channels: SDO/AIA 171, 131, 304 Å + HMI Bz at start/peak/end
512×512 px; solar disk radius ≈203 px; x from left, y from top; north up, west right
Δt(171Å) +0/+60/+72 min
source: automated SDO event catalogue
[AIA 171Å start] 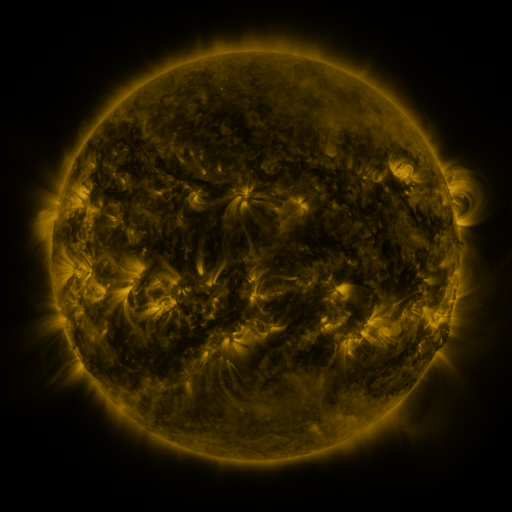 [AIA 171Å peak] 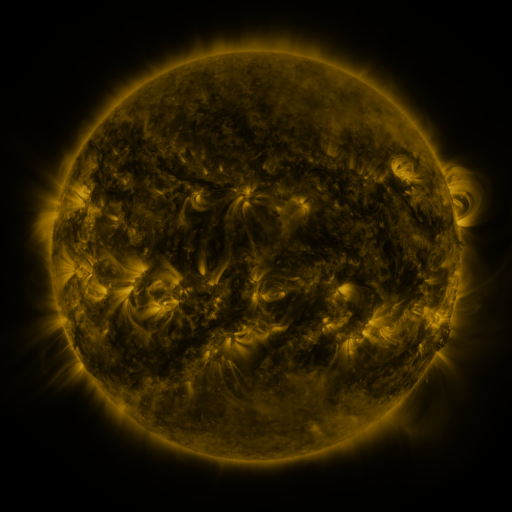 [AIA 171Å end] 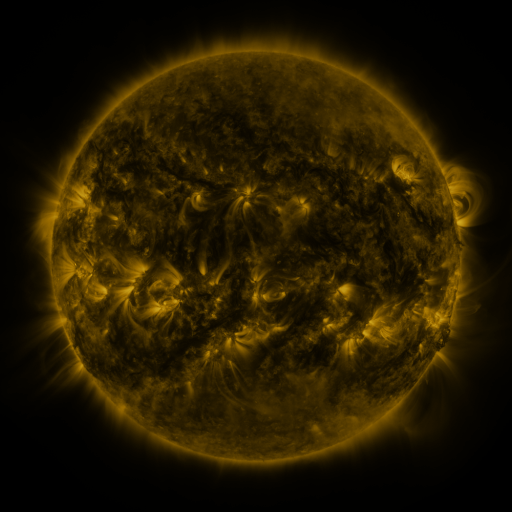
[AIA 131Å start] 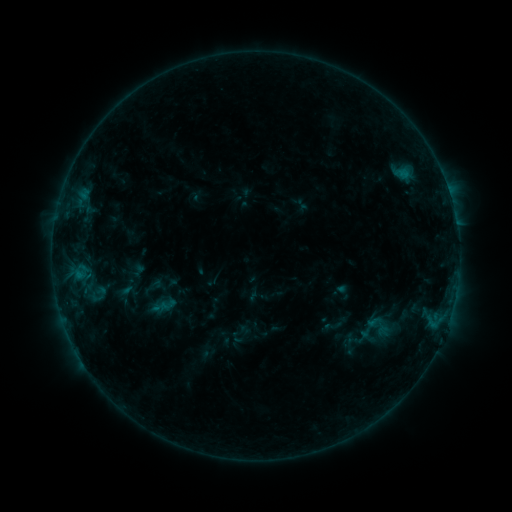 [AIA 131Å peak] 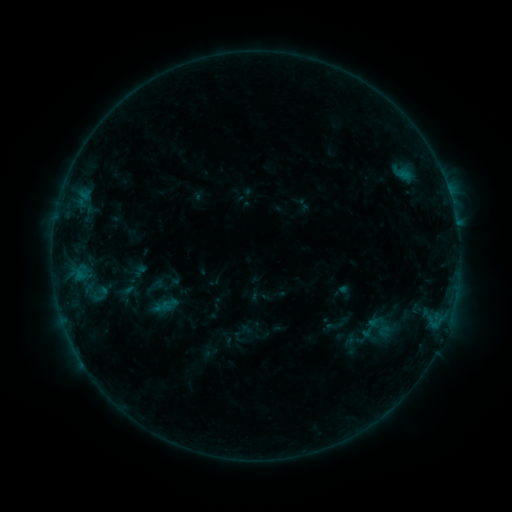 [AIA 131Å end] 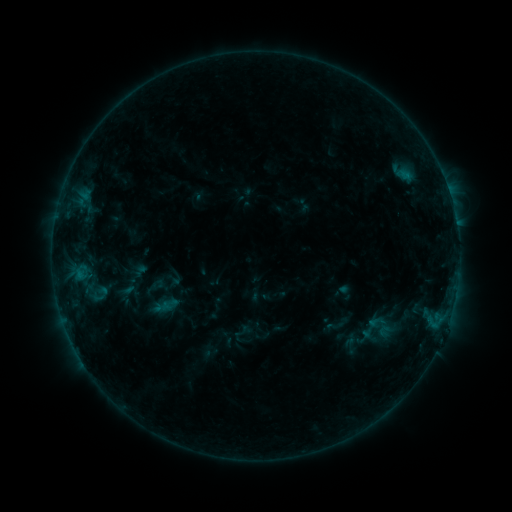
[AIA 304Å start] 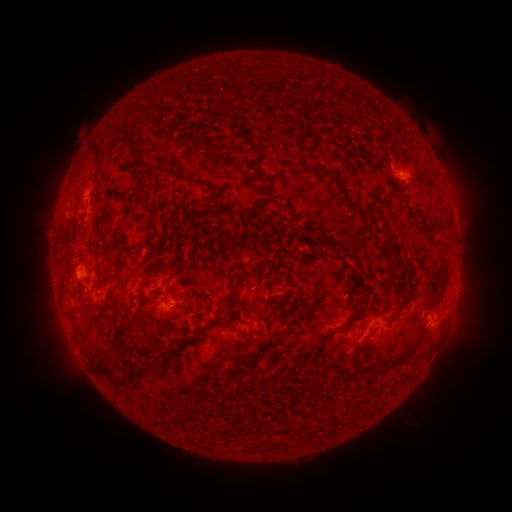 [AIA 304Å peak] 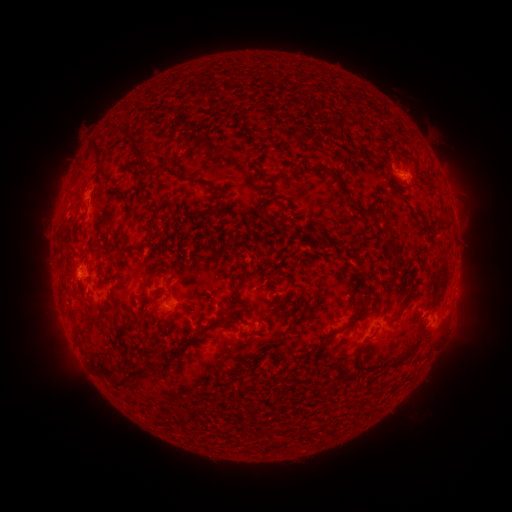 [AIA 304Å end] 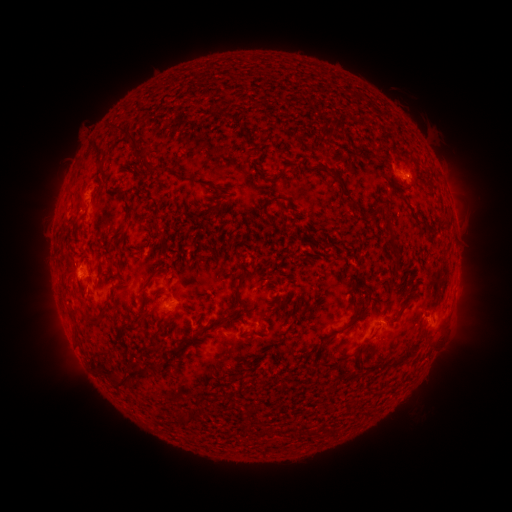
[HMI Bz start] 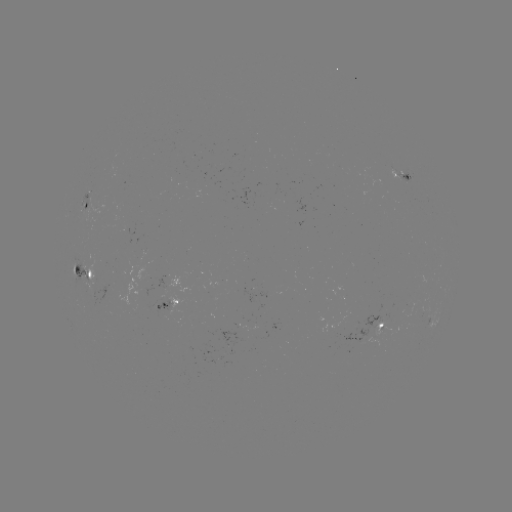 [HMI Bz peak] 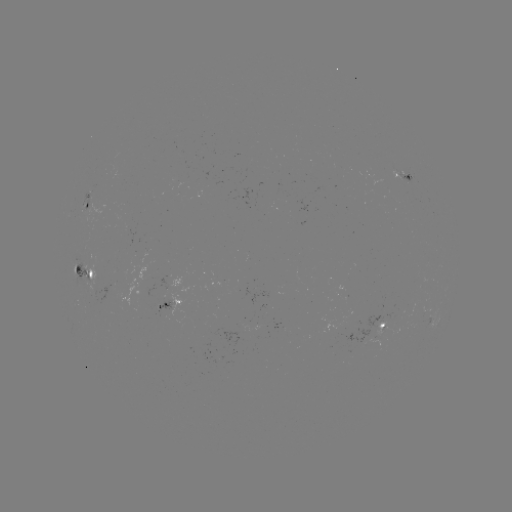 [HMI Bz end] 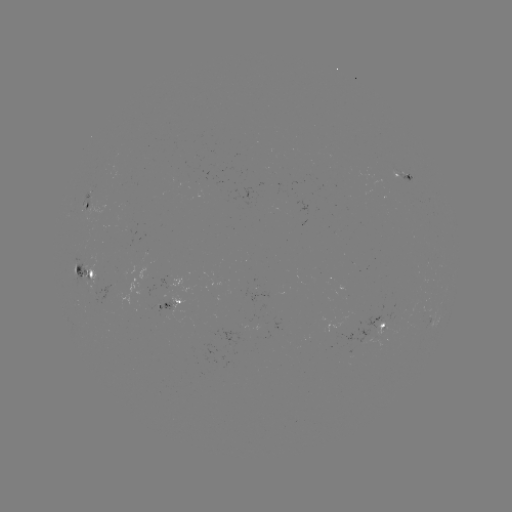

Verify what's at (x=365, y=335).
emerging-flux region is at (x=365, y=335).